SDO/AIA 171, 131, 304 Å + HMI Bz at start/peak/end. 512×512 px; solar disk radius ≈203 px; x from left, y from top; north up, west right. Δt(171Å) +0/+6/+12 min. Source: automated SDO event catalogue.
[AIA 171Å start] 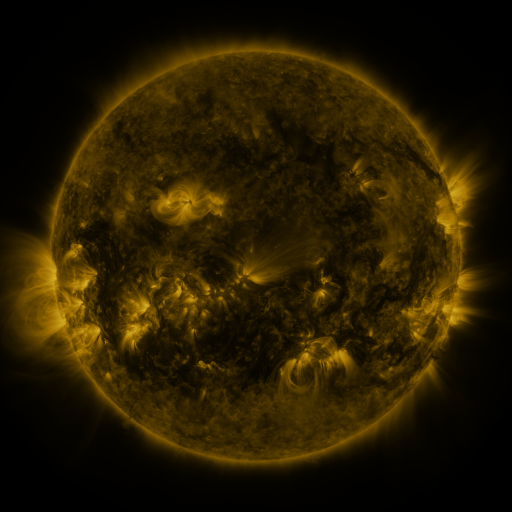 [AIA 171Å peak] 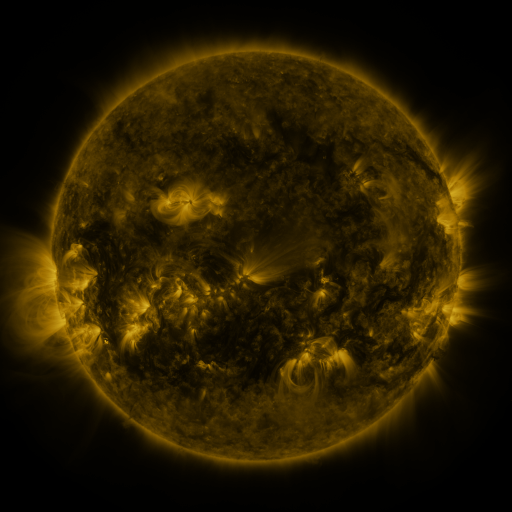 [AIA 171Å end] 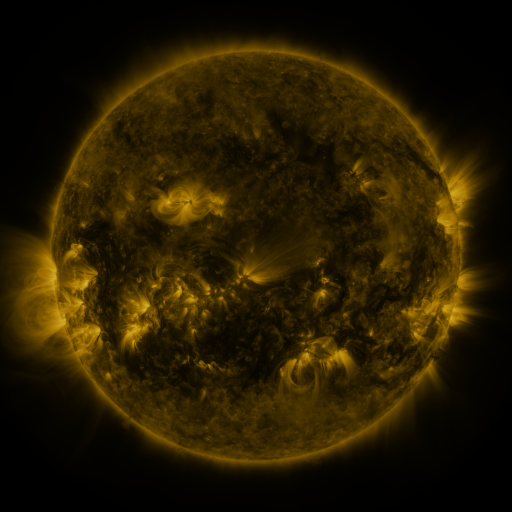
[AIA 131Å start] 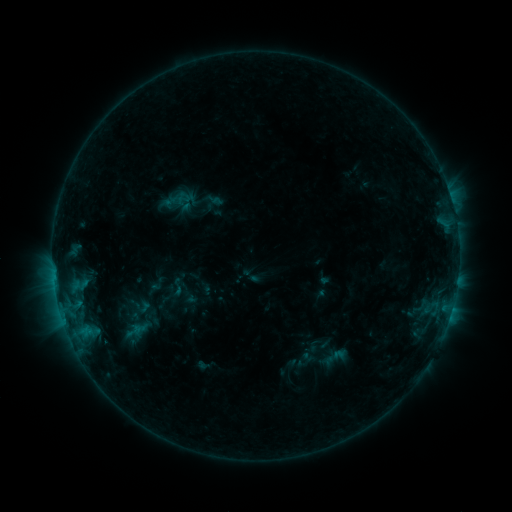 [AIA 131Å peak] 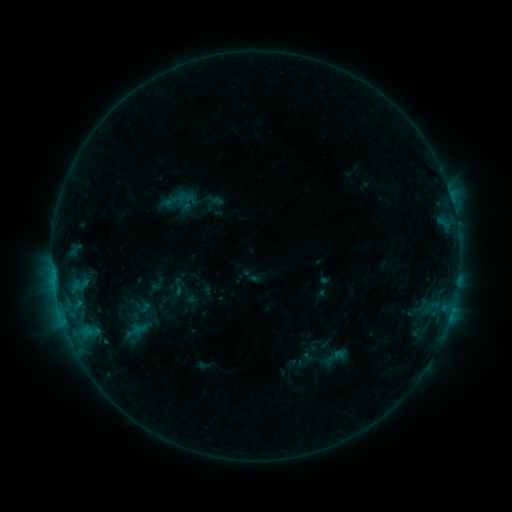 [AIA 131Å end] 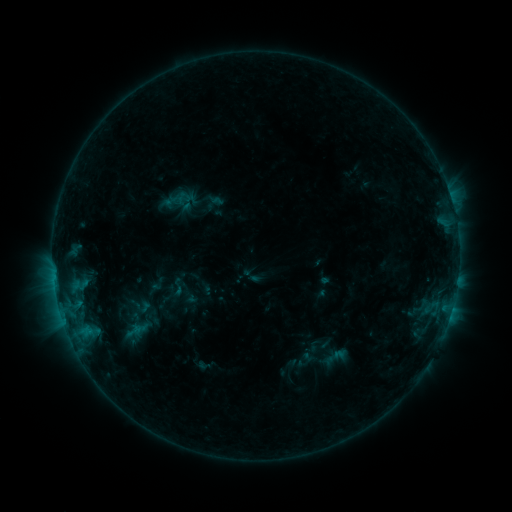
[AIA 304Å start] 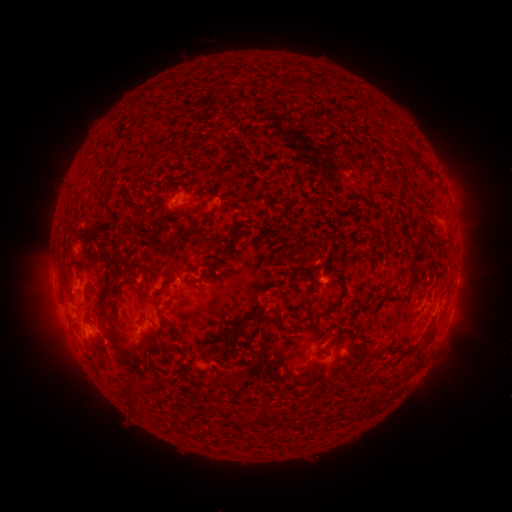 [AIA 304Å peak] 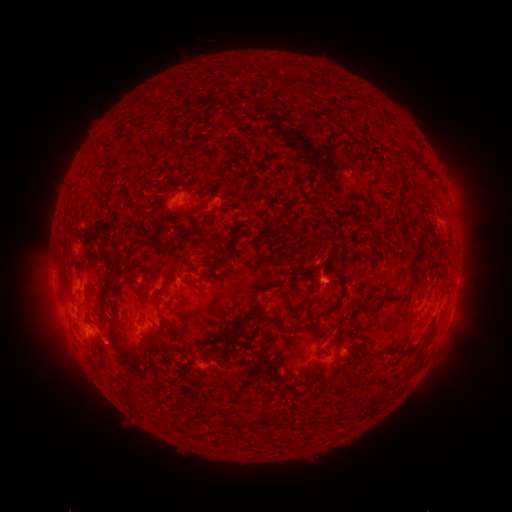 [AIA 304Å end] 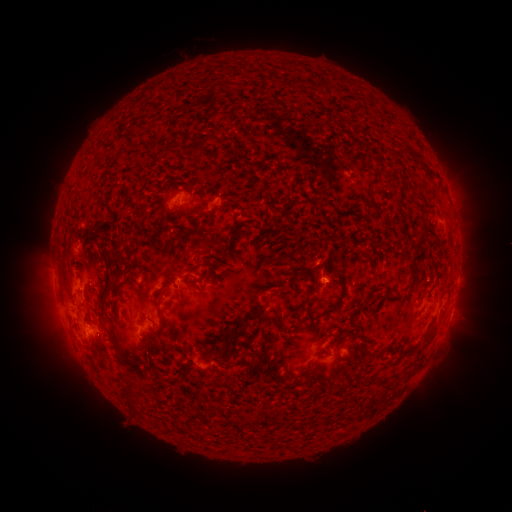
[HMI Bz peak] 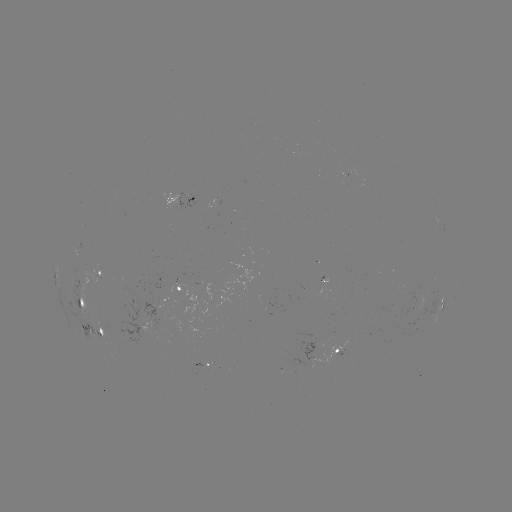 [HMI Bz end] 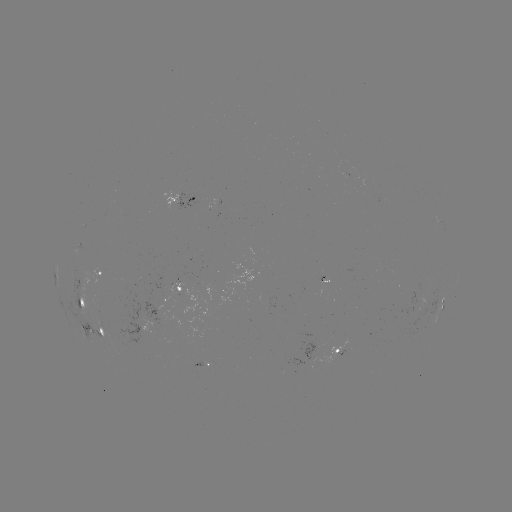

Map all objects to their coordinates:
eruption: (111, 344)
